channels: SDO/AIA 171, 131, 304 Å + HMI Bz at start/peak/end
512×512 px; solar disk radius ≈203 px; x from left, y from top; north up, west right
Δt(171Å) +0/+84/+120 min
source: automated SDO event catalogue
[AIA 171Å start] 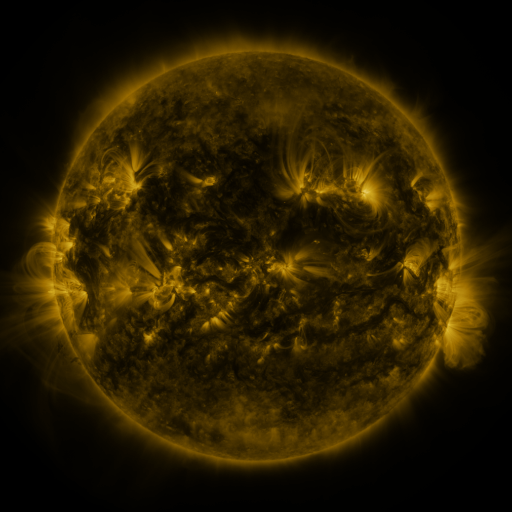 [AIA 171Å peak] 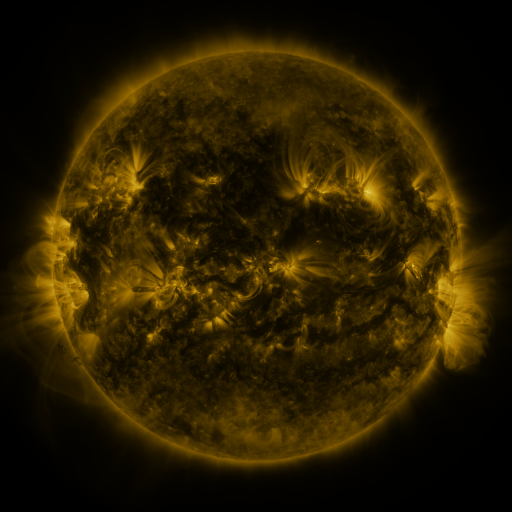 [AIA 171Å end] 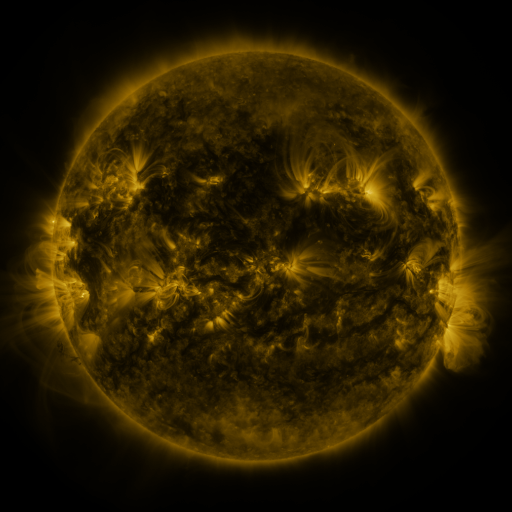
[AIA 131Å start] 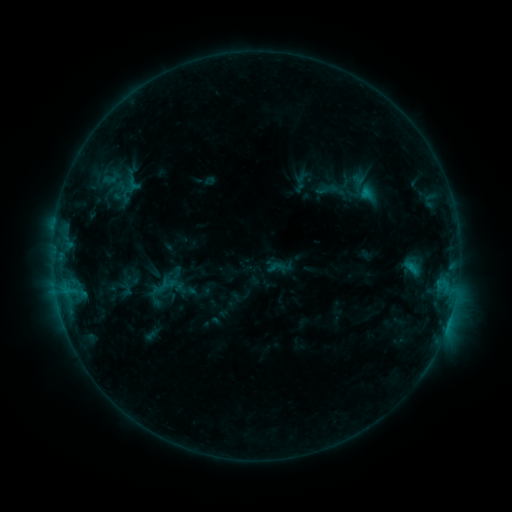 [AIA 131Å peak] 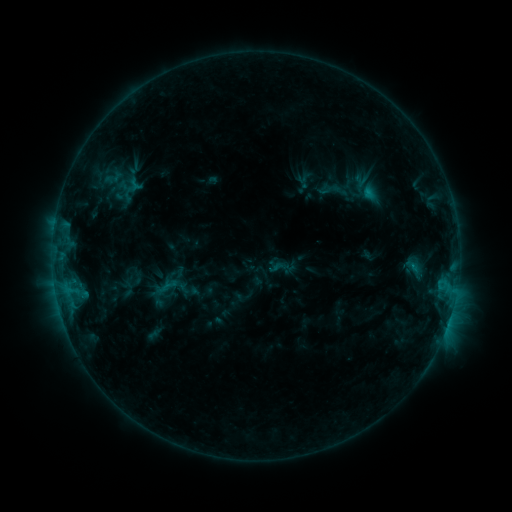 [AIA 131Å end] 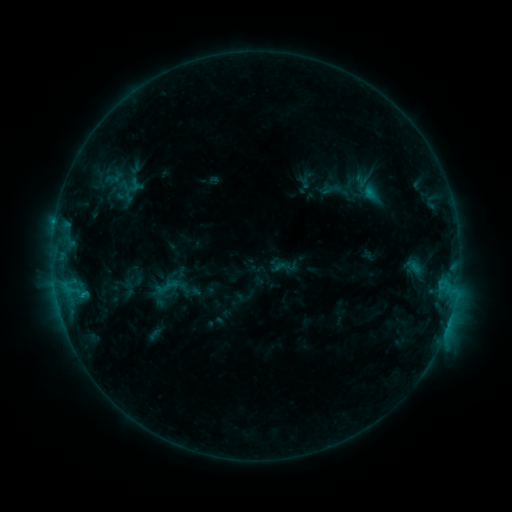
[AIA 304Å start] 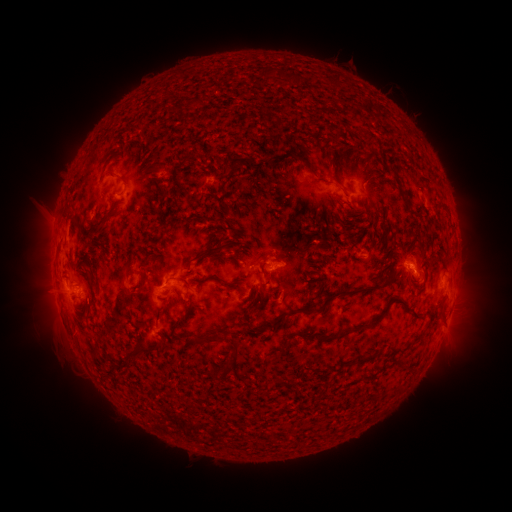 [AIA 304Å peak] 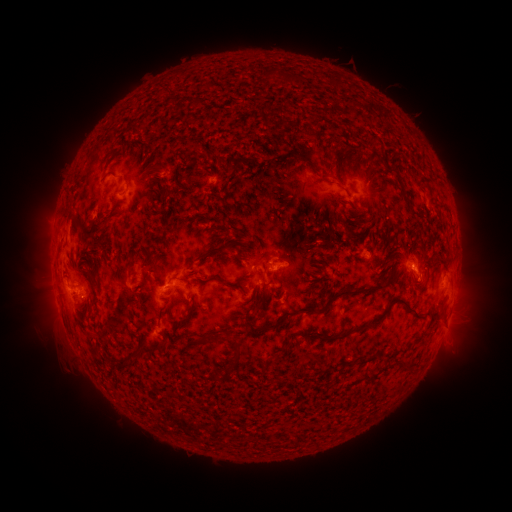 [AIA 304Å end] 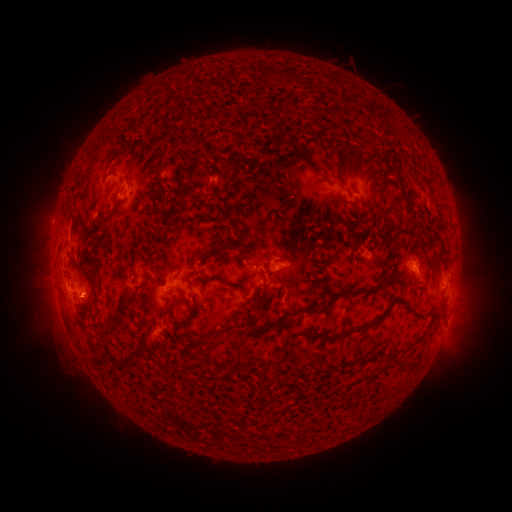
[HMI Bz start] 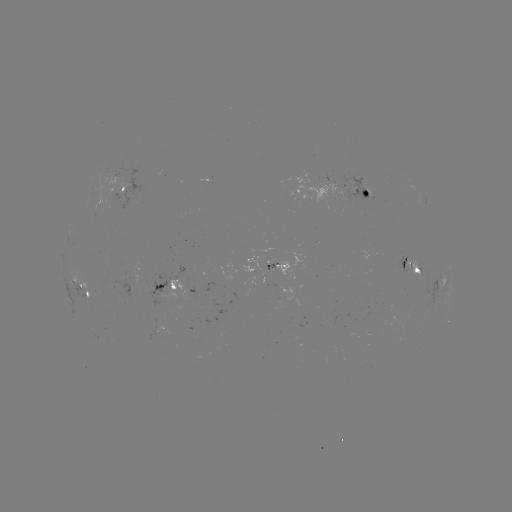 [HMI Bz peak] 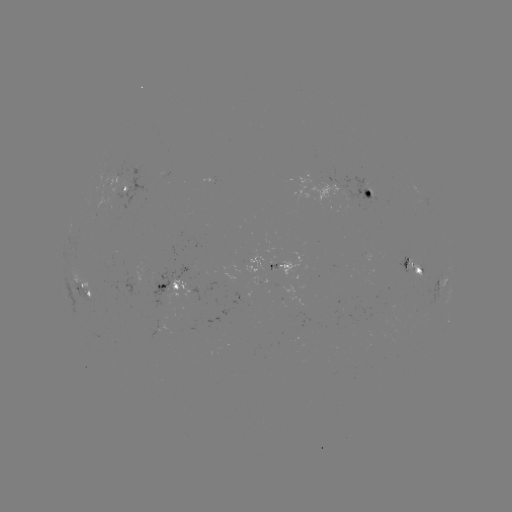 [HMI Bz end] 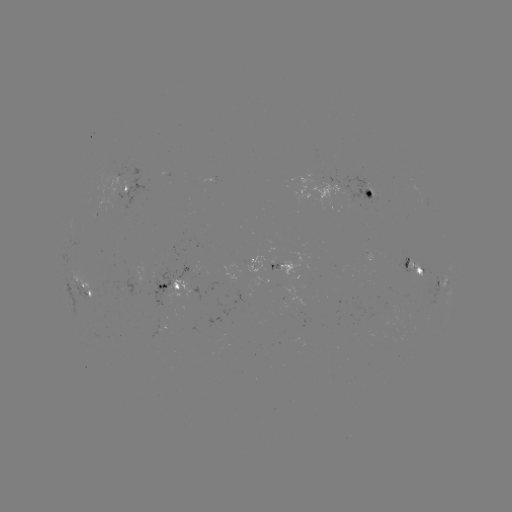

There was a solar emerging-flux region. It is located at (305, 284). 